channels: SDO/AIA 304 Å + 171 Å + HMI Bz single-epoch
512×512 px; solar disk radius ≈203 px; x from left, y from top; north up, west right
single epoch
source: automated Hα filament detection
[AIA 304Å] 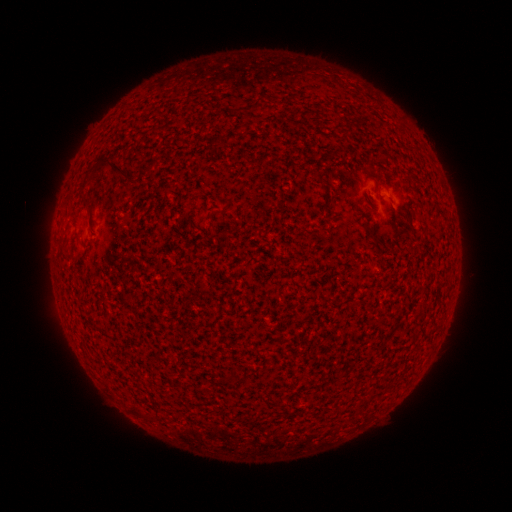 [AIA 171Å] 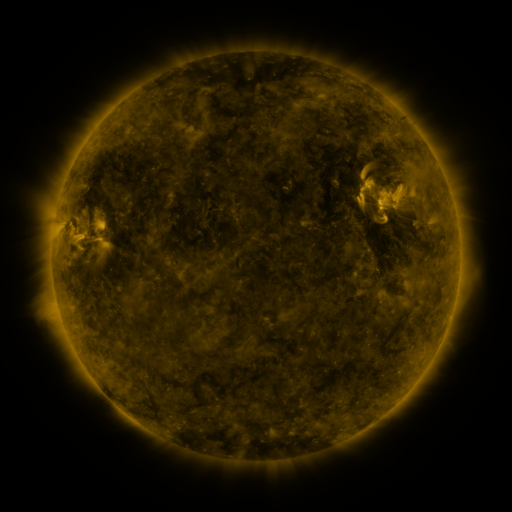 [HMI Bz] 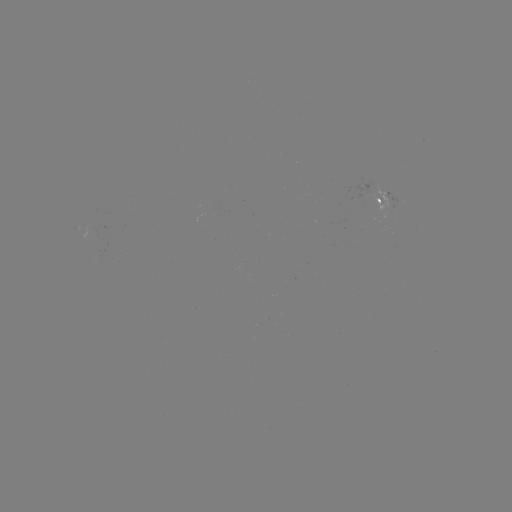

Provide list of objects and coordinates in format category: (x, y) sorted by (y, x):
filament: (255, 103)
filament: (346, 132)
filament: (102, 165)
filament: (375, 176)
filament: (88, 208)
filament: (138, 412)
